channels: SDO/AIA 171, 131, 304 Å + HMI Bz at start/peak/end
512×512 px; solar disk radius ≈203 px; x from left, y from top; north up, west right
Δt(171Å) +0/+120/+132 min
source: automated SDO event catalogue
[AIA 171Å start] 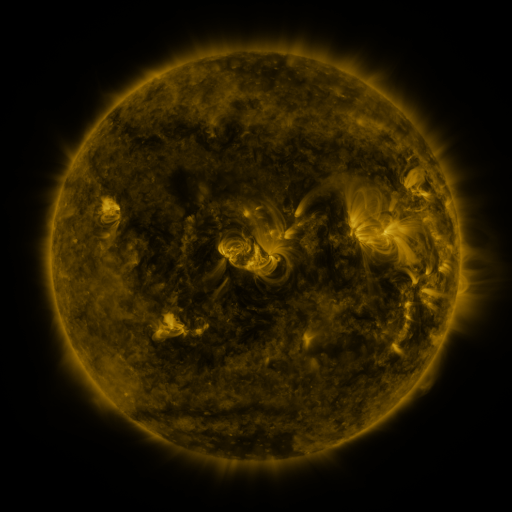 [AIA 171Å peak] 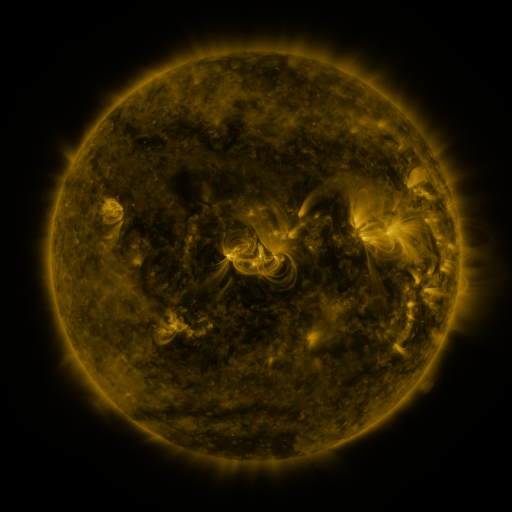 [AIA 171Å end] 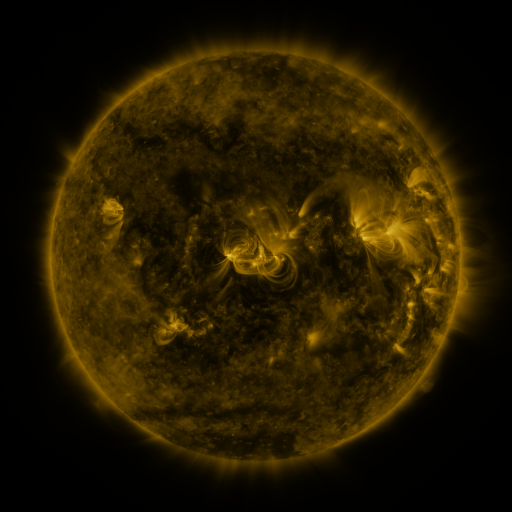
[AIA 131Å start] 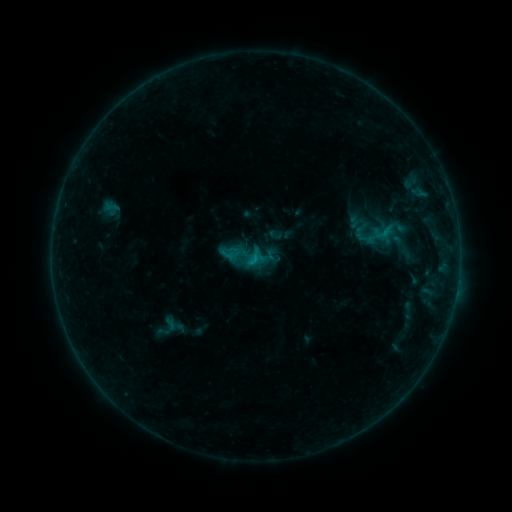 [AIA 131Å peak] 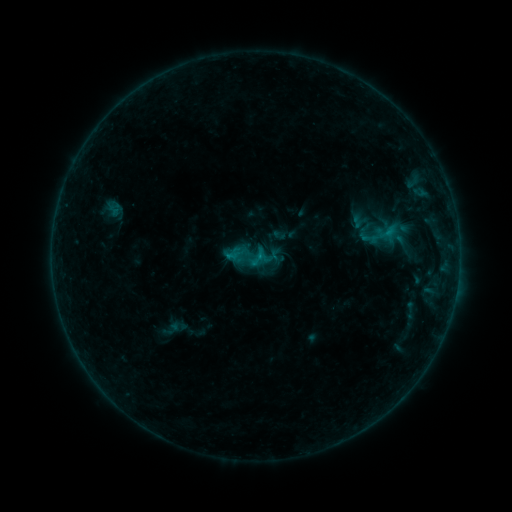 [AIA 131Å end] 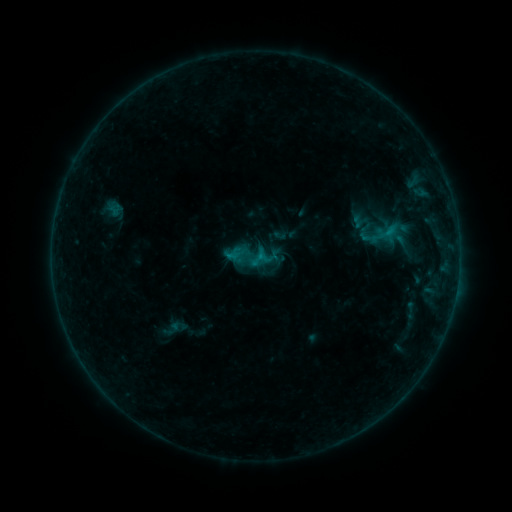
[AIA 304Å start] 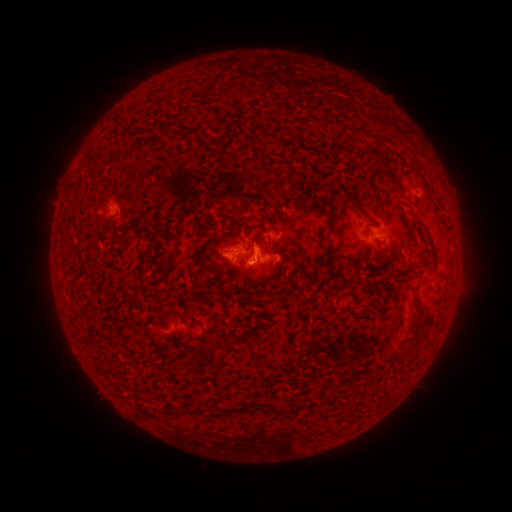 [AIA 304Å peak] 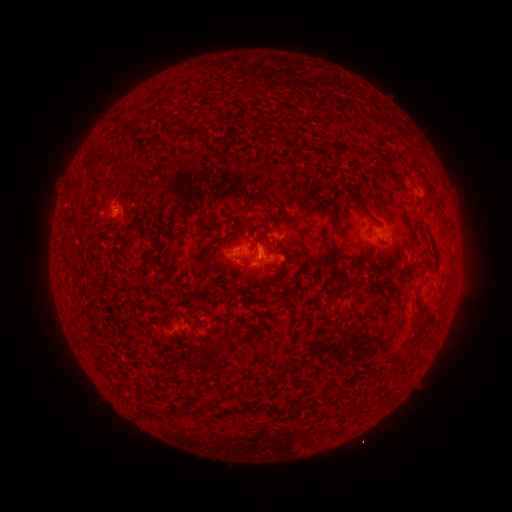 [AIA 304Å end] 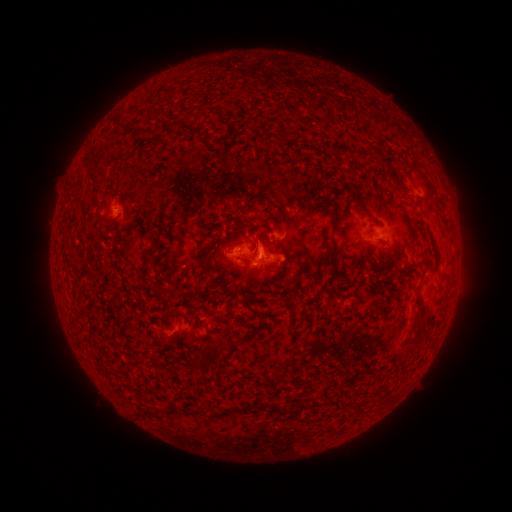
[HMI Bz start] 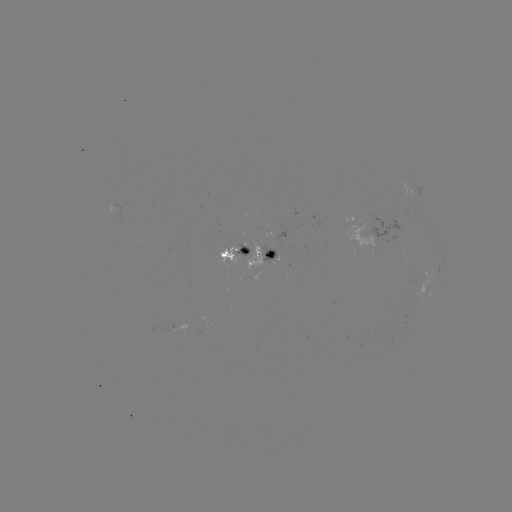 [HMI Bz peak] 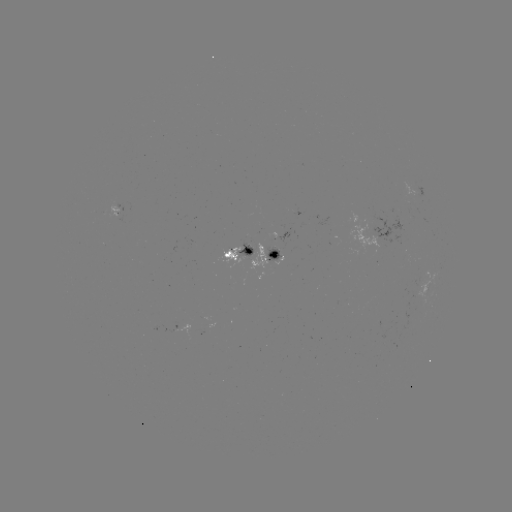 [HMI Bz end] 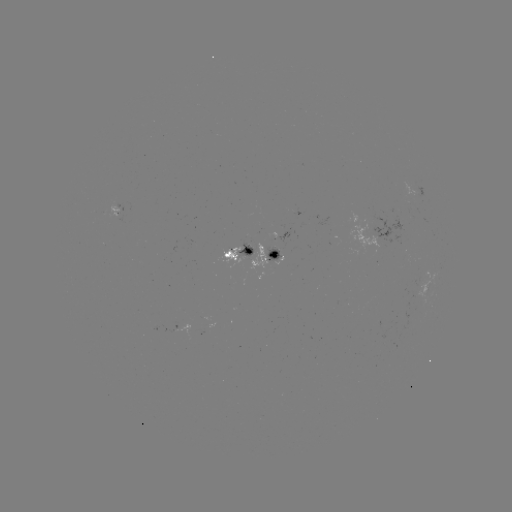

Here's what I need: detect emerging-flux region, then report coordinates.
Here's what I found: emerging-flux region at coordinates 122,205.